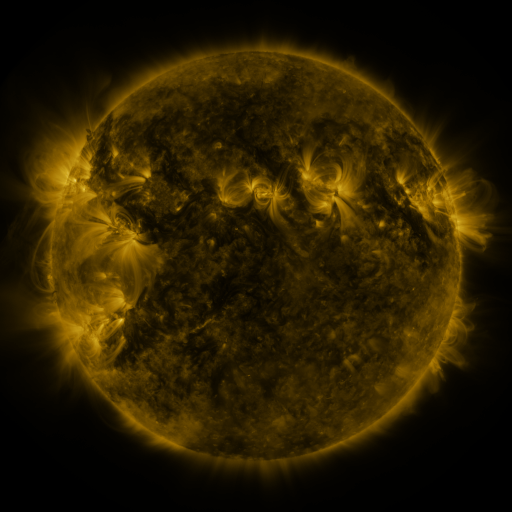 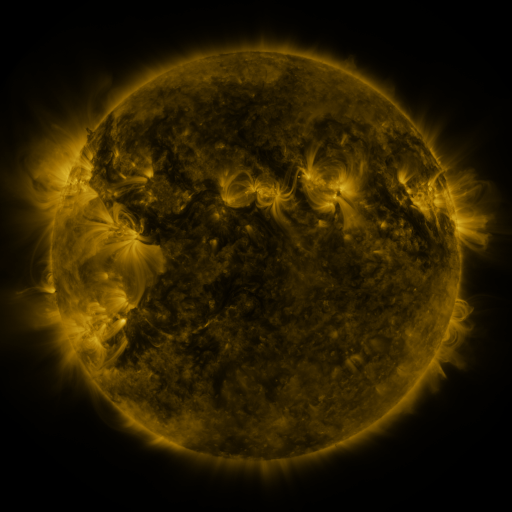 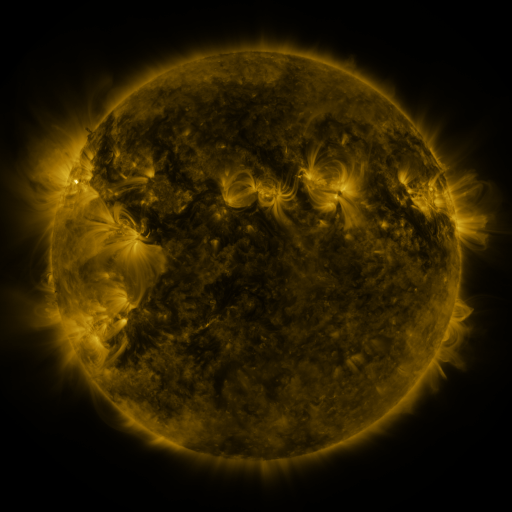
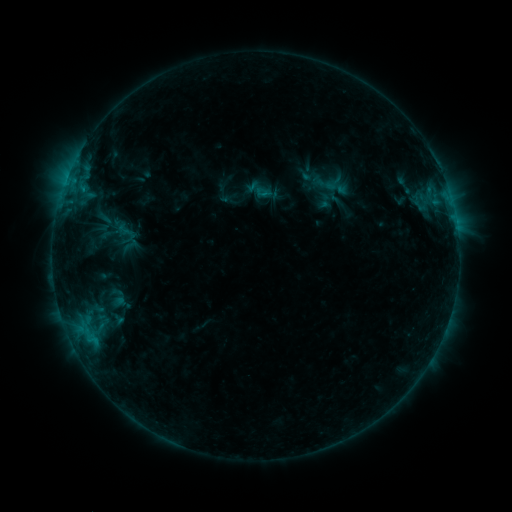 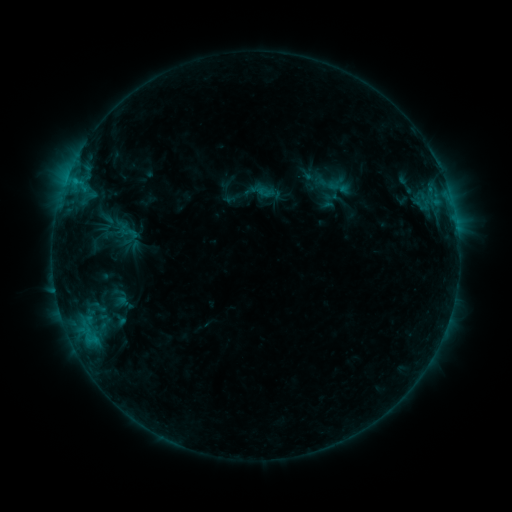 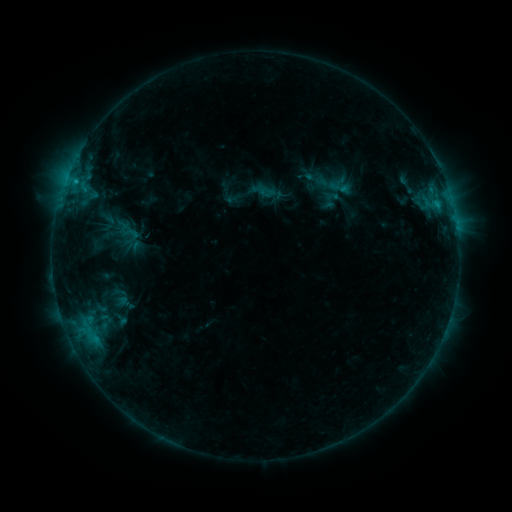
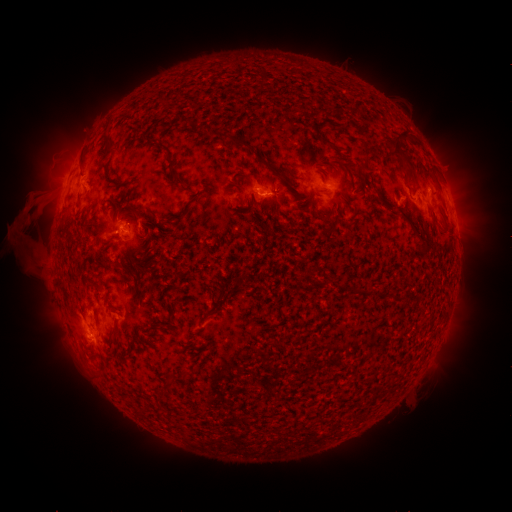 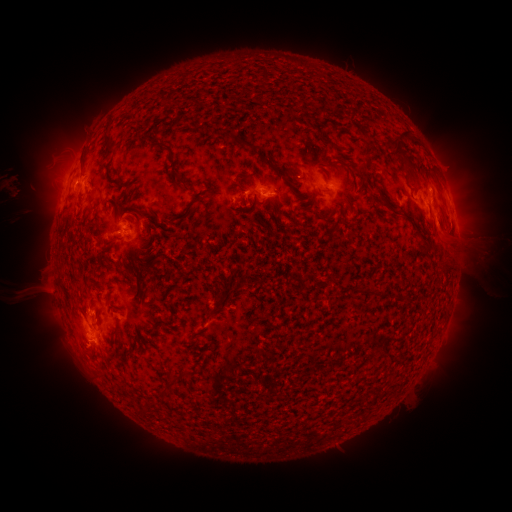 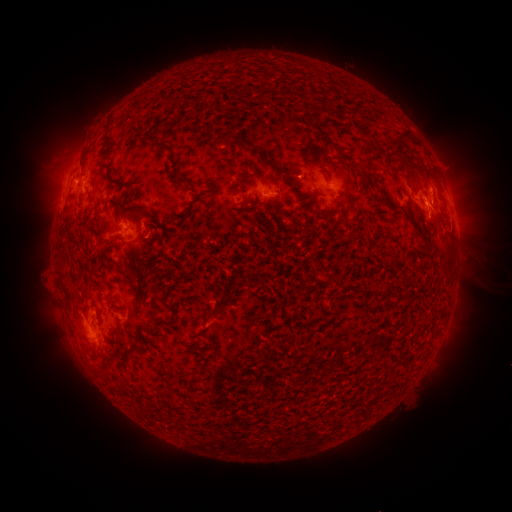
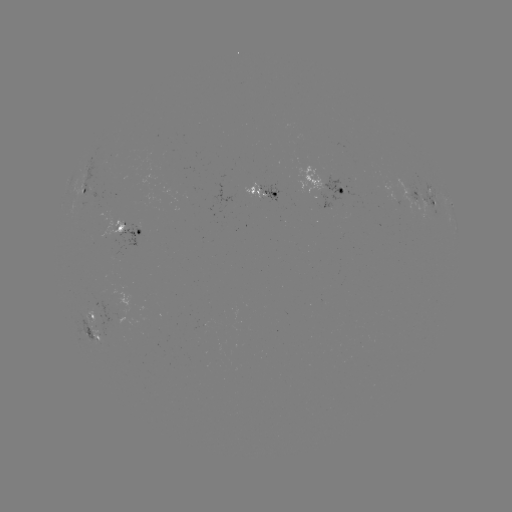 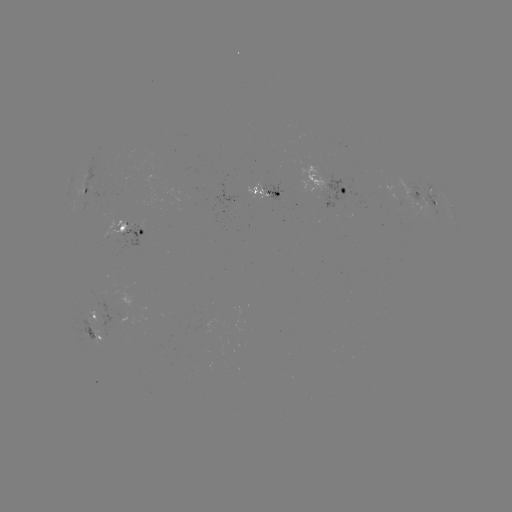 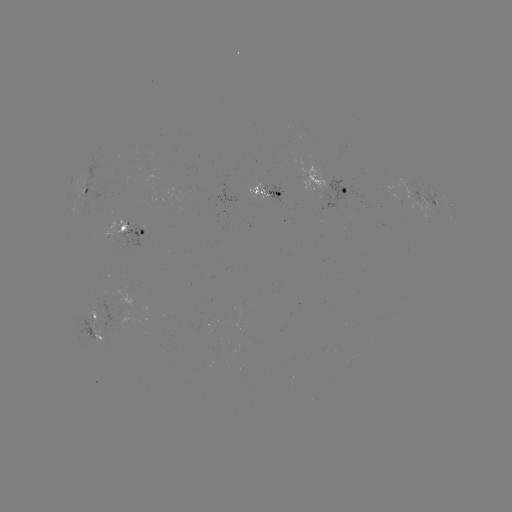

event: emerging-flux region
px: (118, 228)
